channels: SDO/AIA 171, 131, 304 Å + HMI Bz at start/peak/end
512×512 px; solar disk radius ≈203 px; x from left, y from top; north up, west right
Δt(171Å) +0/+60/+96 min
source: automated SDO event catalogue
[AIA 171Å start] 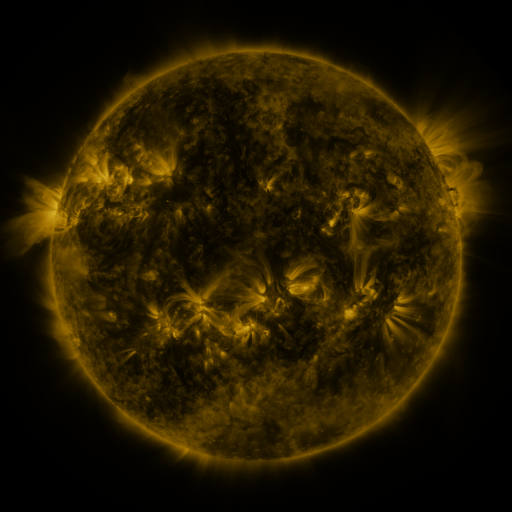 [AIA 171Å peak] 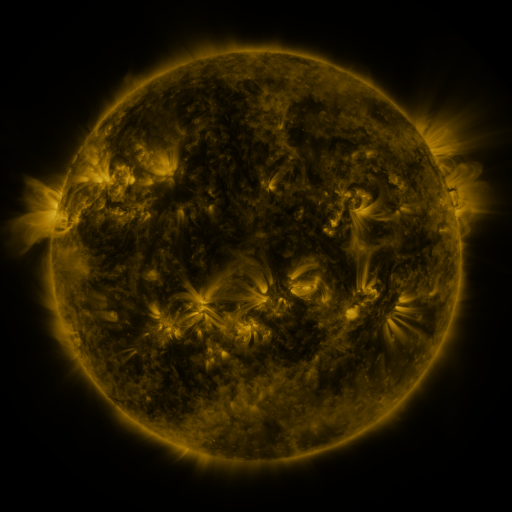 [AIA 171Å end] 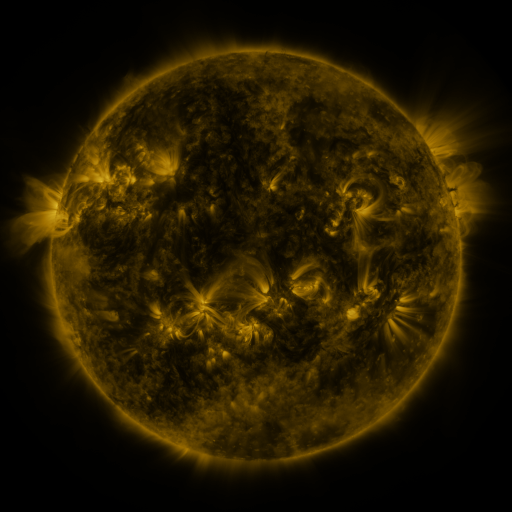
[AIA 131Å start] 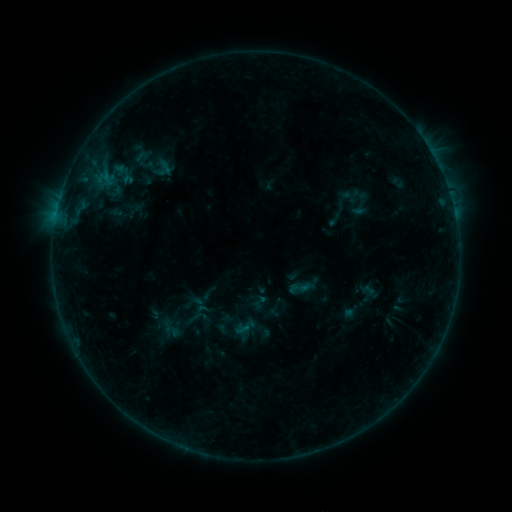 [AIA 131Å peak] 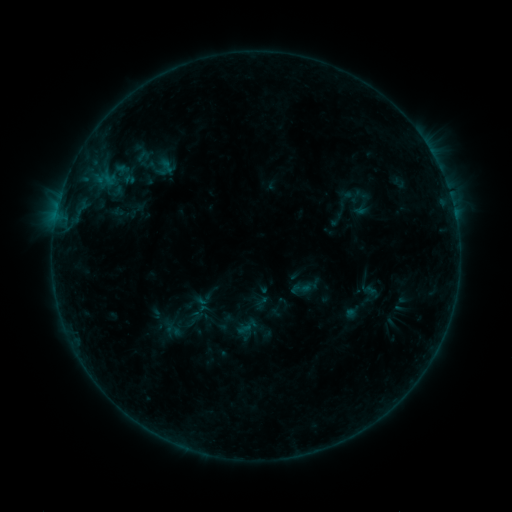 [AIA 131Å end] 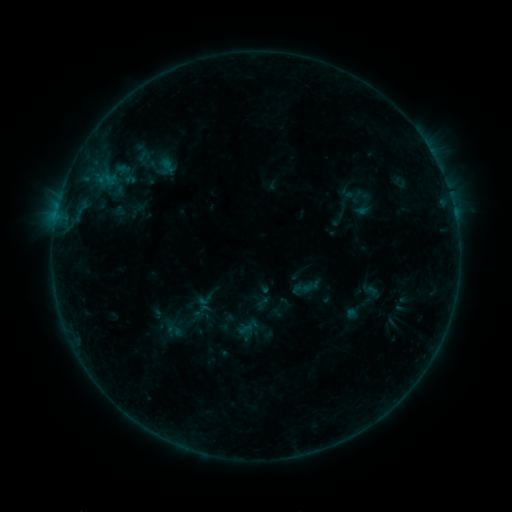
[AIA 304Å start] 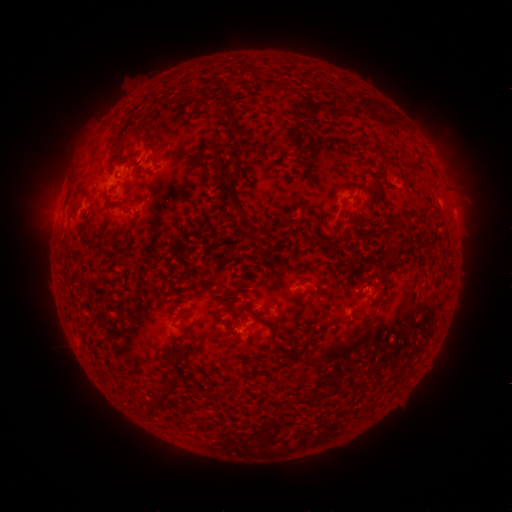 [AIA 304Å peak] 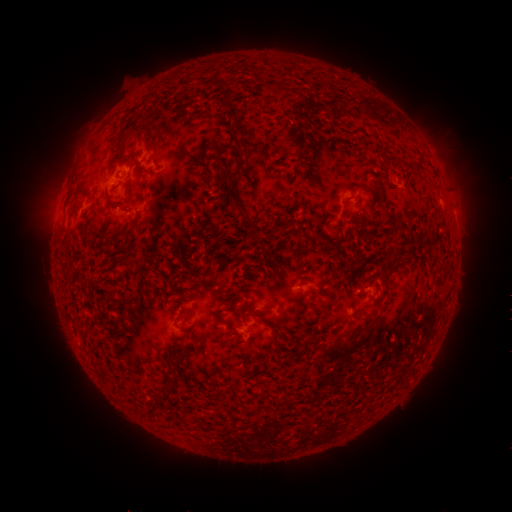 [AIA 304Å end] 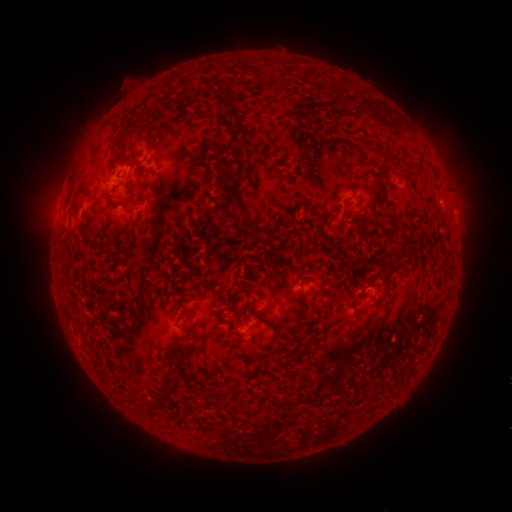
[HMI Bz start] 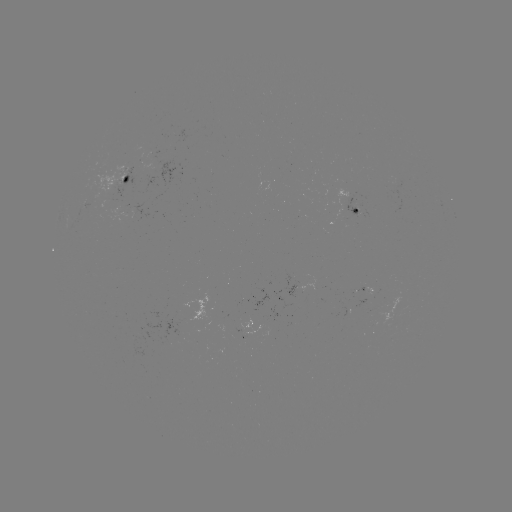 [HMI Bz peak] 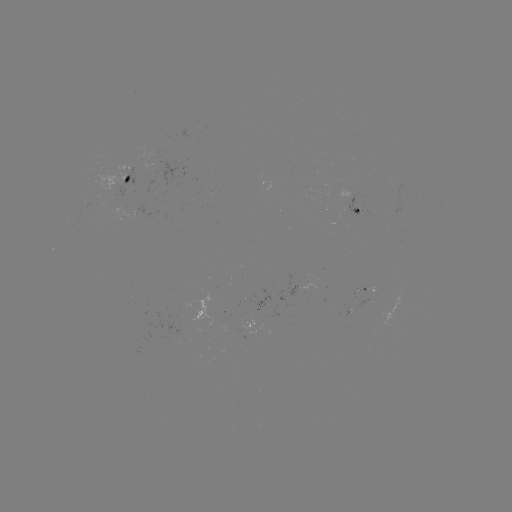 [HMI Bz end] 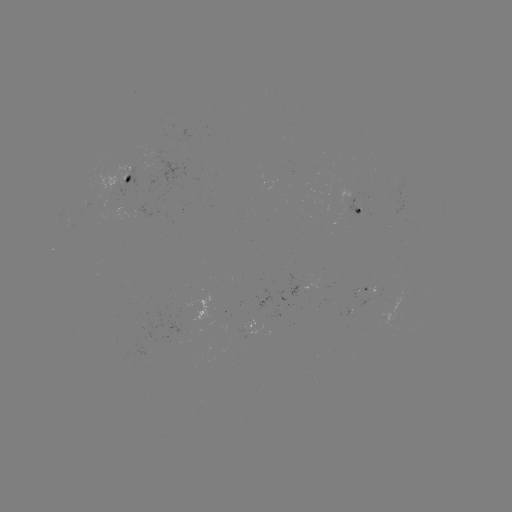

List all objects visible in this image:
emerging-flux region: (243, 342)
